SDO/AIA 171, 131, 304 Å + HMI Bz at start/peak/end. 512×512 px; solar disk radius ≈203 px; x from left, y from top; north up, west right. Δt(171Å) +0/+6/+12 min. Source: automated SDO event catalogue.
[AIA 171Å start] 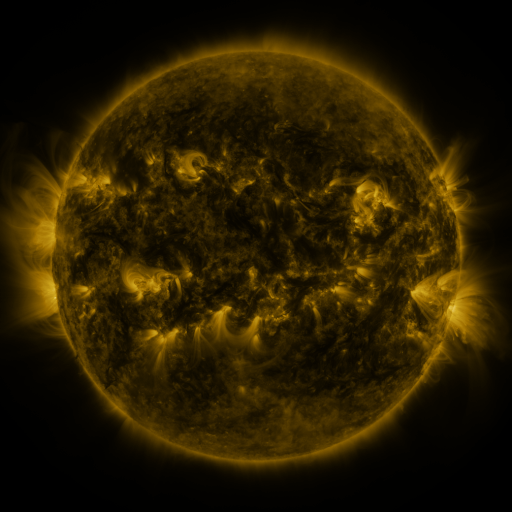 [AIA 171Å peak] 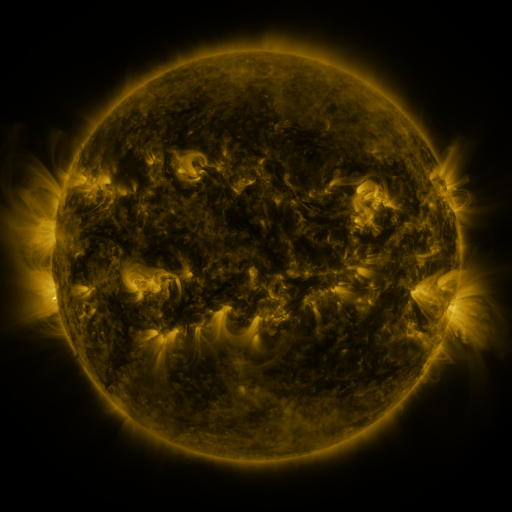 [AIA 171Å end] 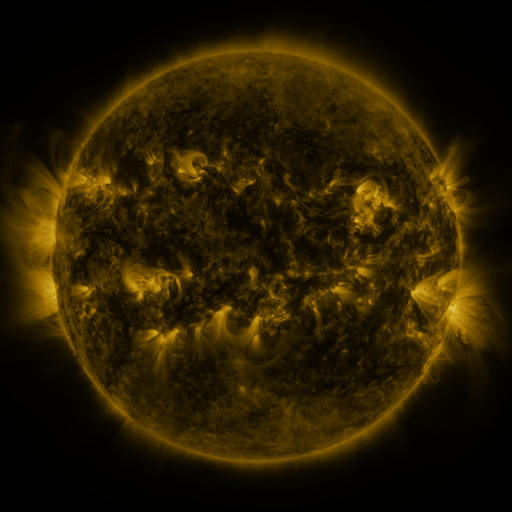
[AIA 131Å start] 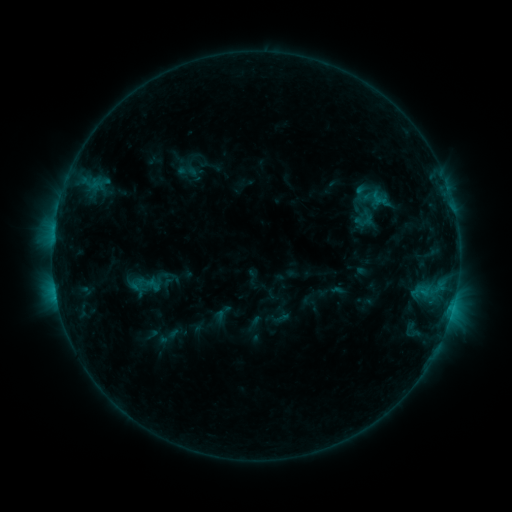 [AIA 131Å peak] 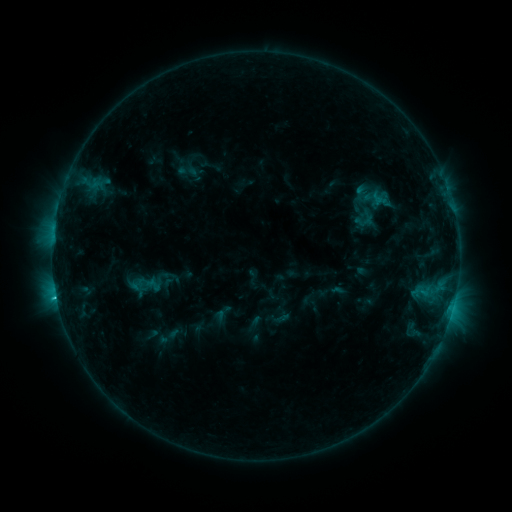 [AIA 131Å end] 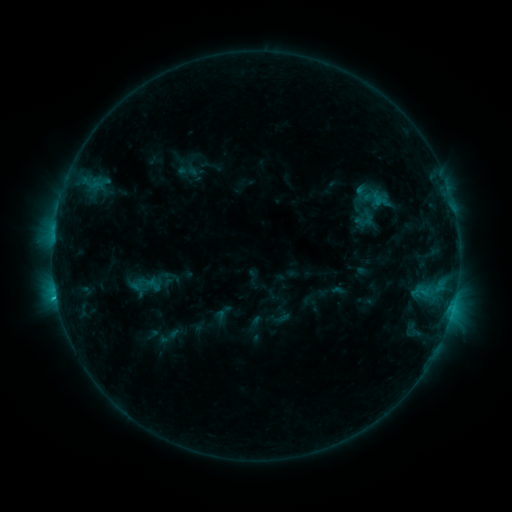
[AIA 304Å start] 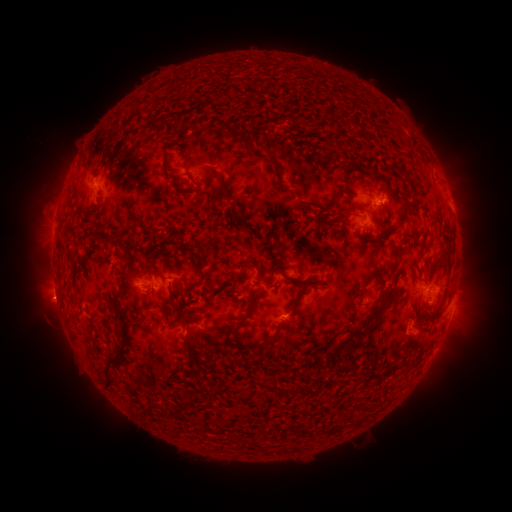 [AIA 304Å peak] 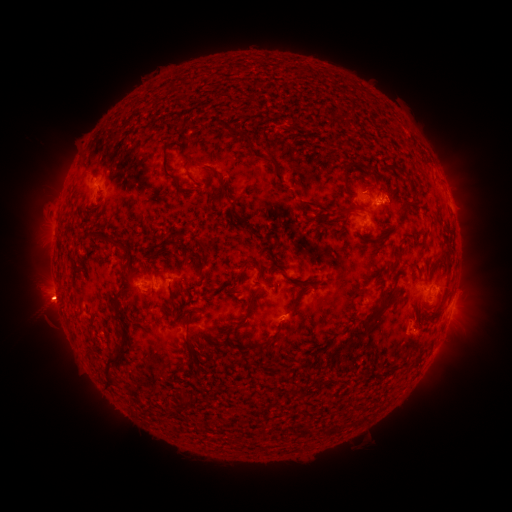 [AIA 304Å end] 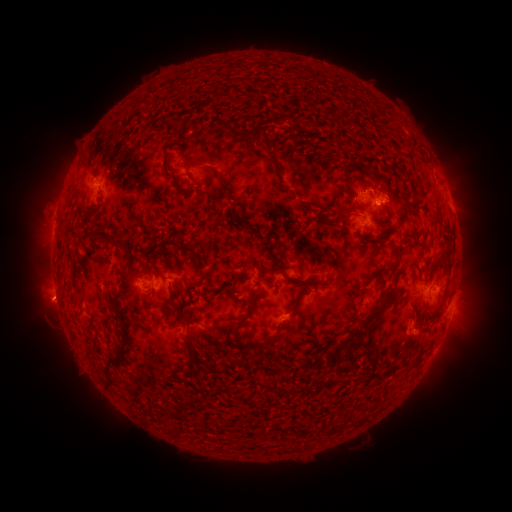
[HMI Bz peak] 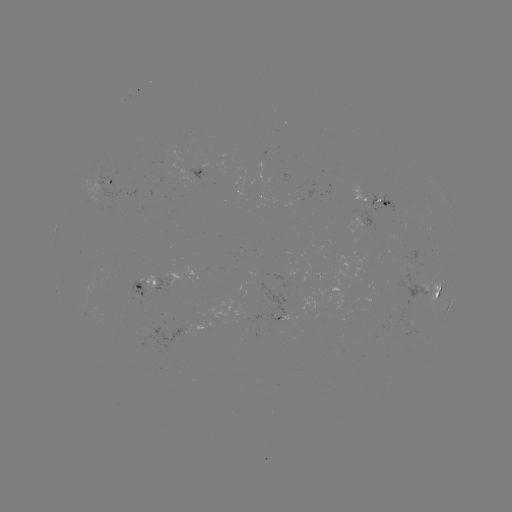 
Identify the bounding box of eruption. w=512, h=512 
[18, 278, 74, 329].